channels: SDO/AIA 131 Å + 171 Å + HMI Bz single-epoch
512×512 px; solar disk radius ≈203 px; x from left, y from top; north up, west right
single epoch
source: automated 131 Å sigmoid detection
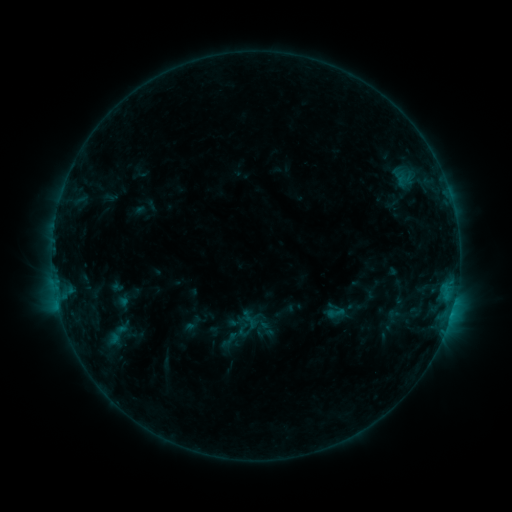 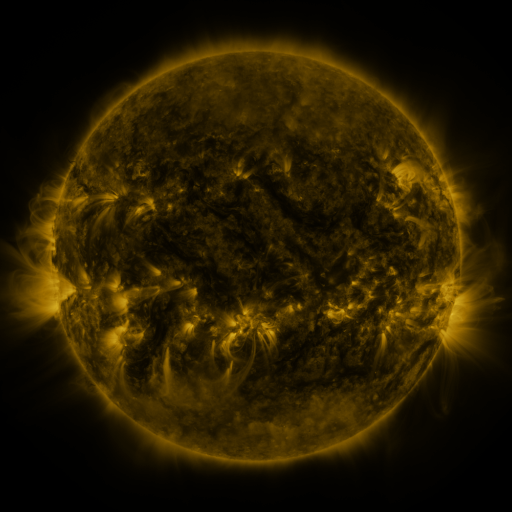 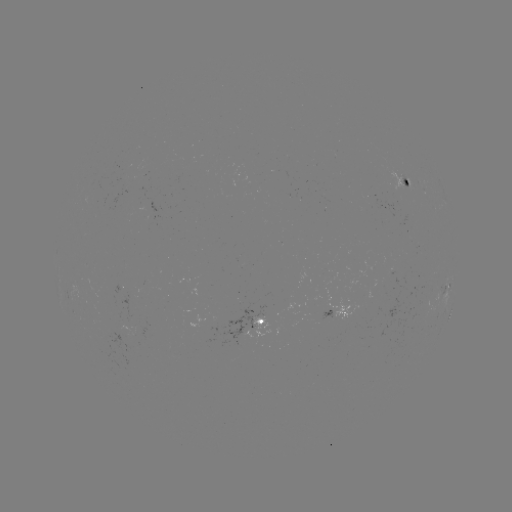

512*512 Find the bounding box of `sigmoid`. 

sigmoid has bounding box [96, 321, 138, 347].